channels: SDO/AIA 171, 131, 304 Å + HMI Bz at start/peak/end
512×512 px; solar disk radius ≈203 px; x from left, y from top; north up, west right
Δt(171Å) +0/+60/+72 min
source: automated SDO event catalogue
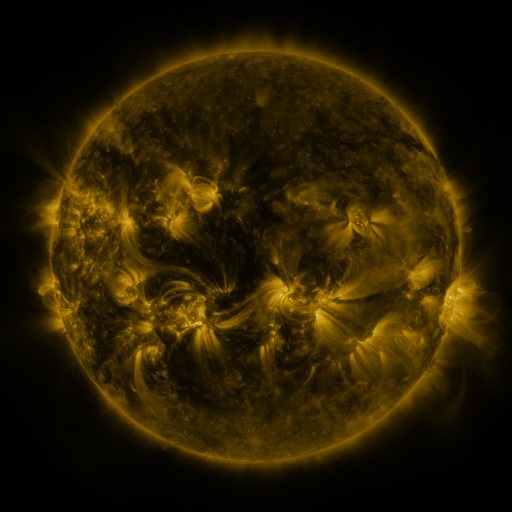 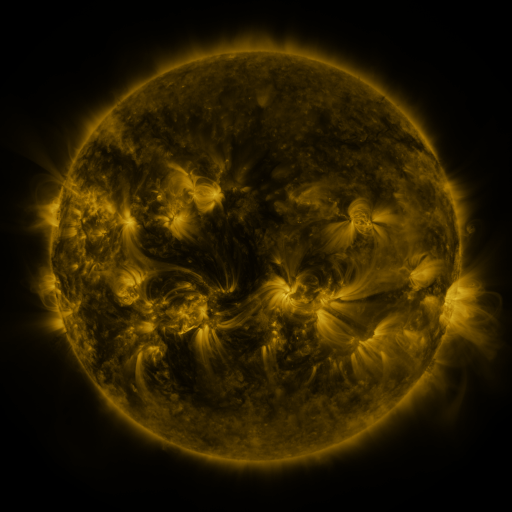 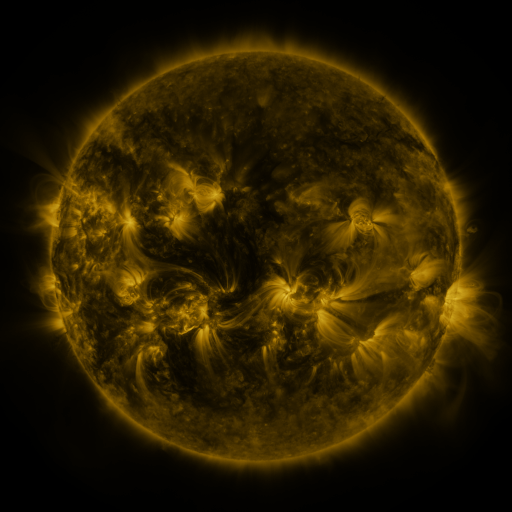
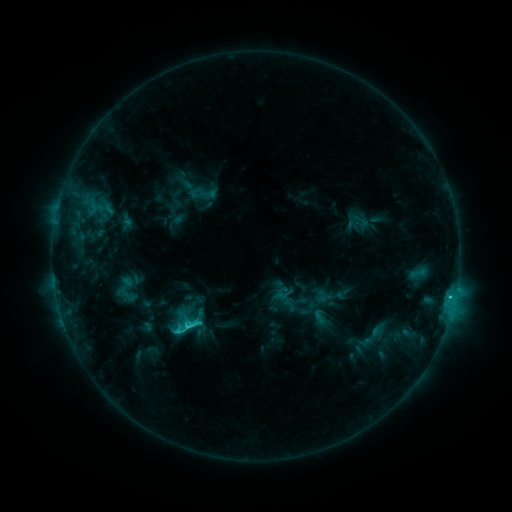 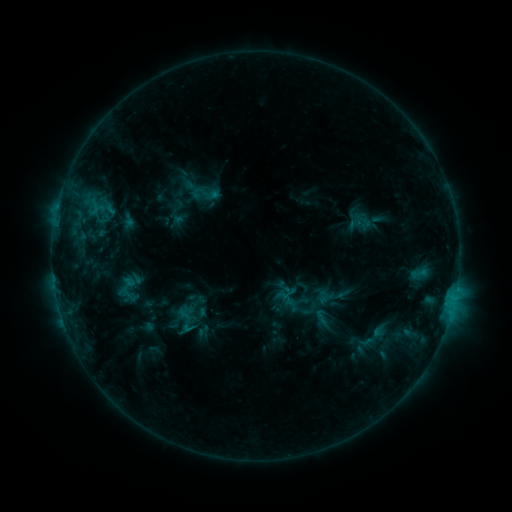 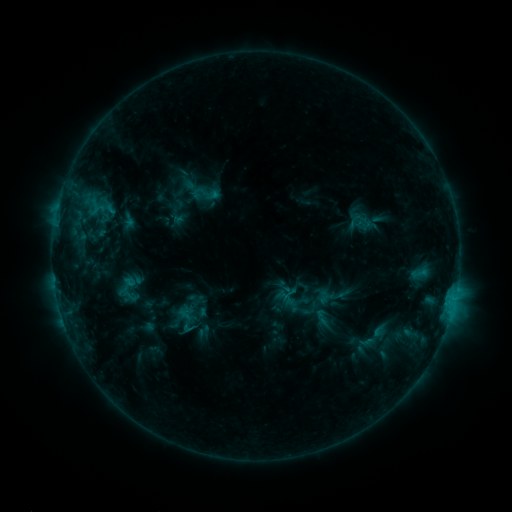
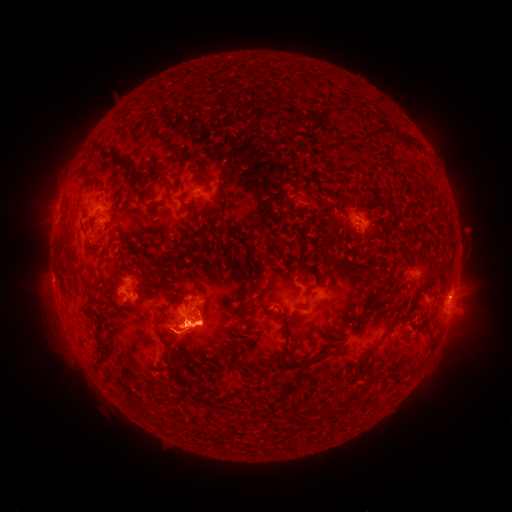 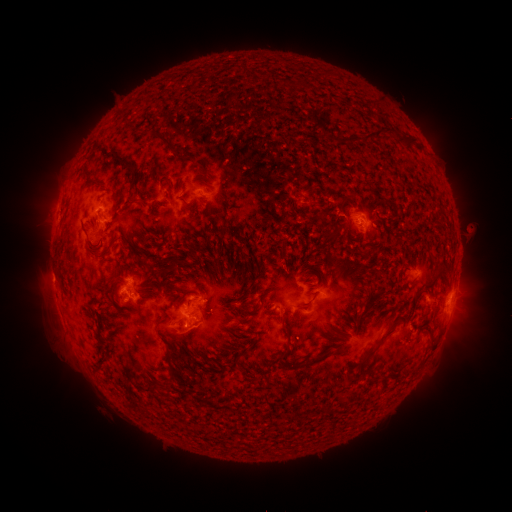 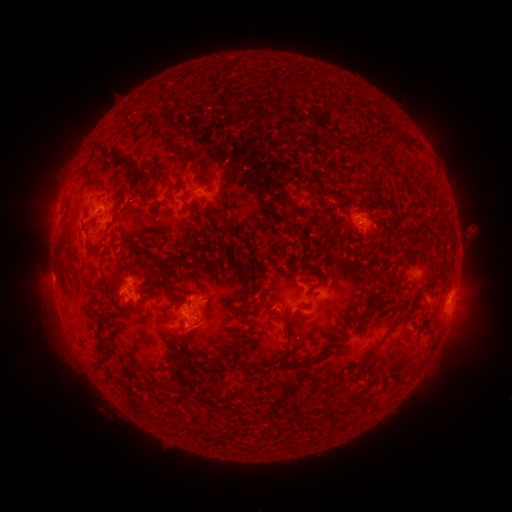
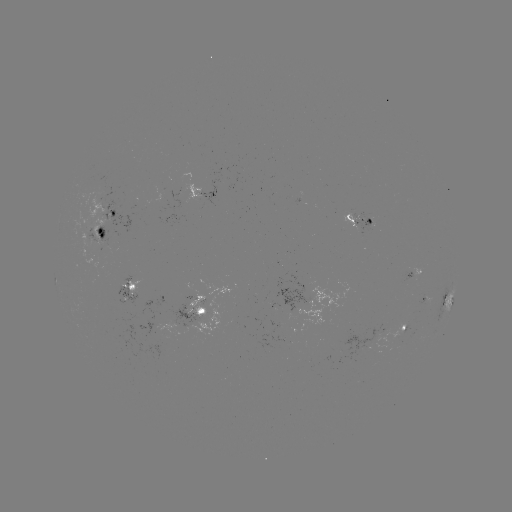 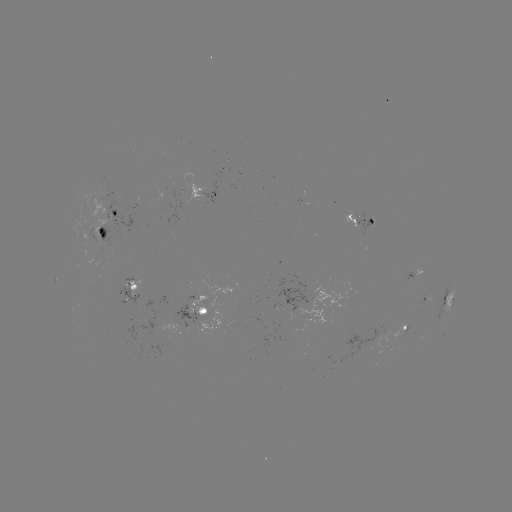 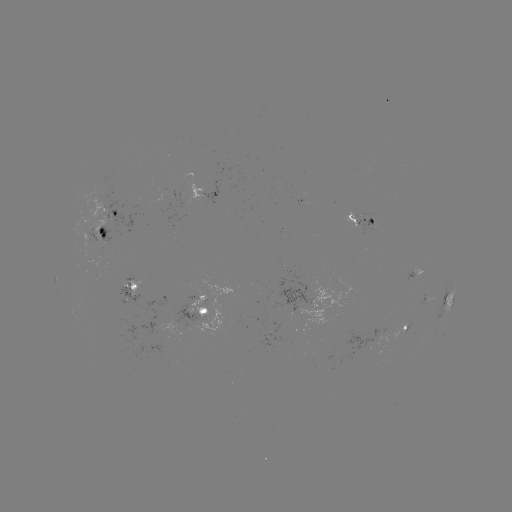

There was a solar emerging-flux region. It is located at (370, 224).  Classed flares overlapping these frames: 1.